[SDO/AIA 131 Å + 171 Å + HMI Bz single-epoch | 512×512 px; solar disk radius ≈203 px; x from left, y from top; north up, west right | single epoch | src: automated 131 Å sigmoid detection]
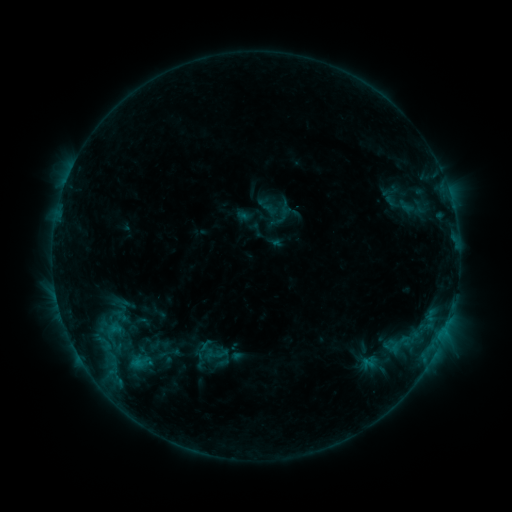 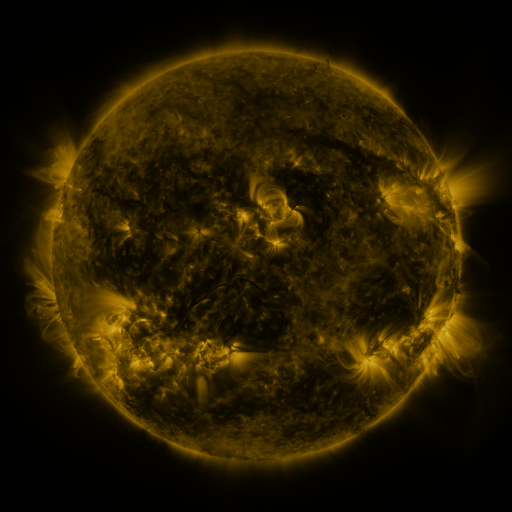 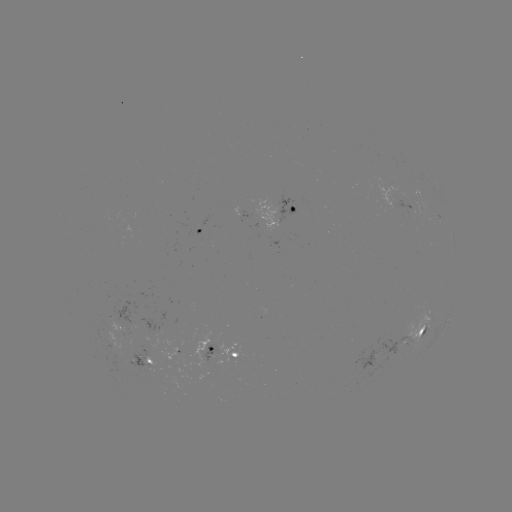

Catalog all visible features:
sigmoid: (140, 362)
sigmoid: (368, 364)
